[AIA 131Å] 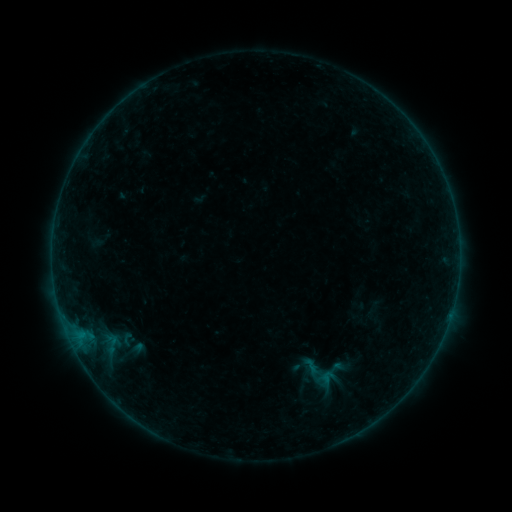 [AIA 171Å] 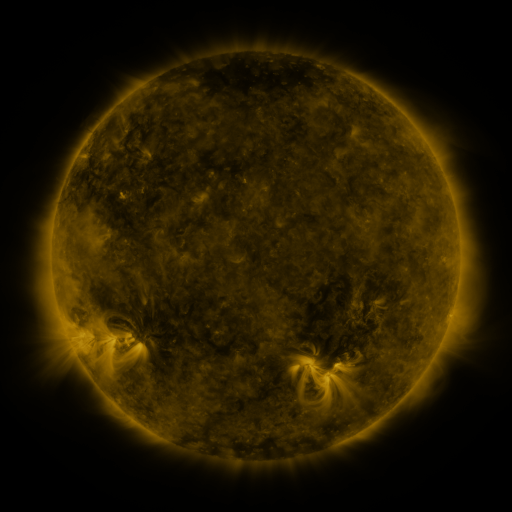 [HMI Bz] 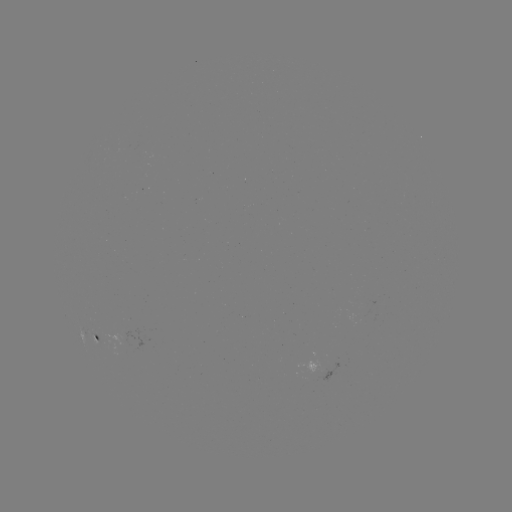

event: sigmoid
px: (328, 379)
